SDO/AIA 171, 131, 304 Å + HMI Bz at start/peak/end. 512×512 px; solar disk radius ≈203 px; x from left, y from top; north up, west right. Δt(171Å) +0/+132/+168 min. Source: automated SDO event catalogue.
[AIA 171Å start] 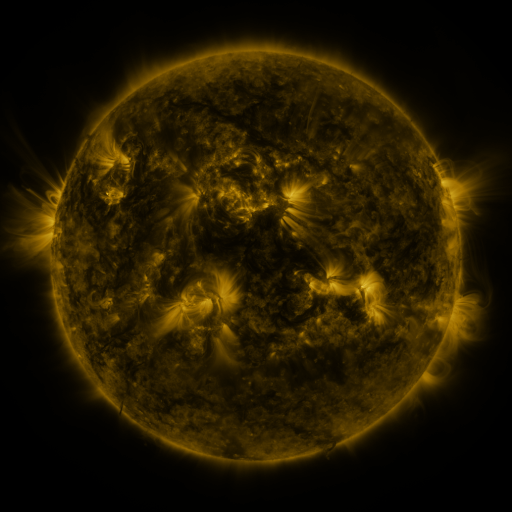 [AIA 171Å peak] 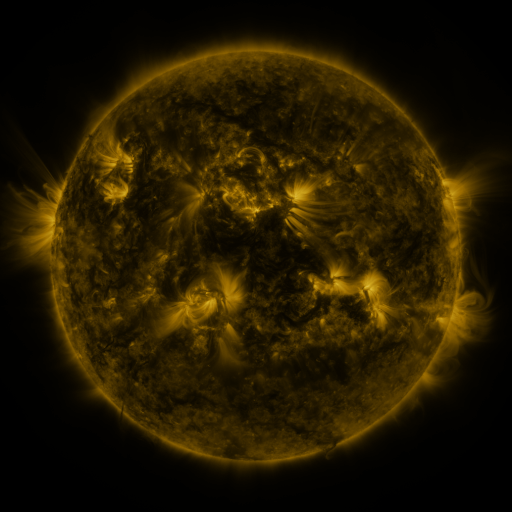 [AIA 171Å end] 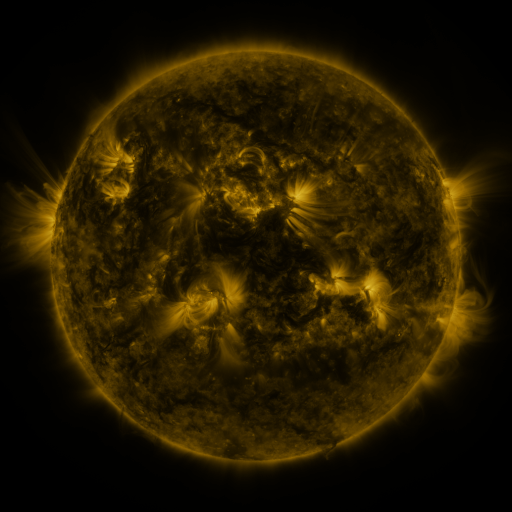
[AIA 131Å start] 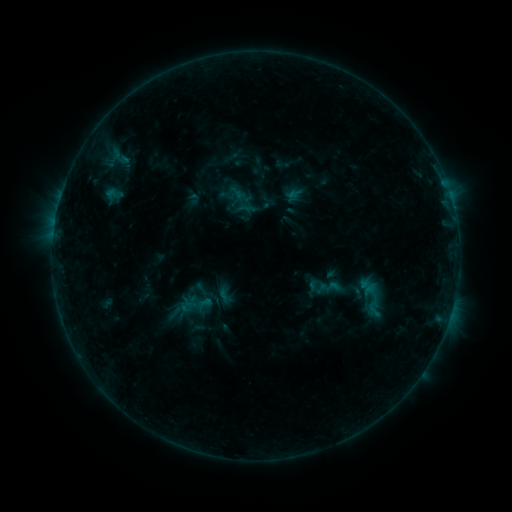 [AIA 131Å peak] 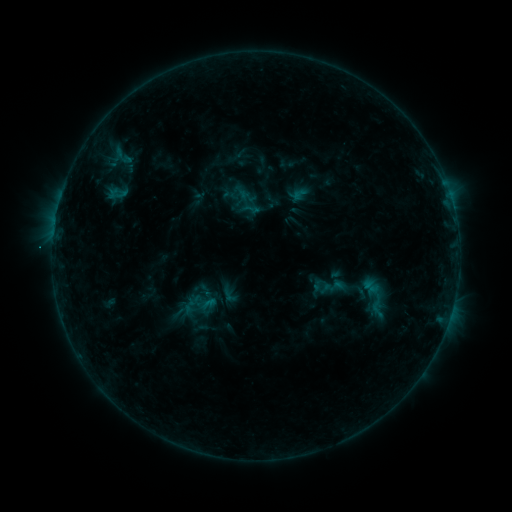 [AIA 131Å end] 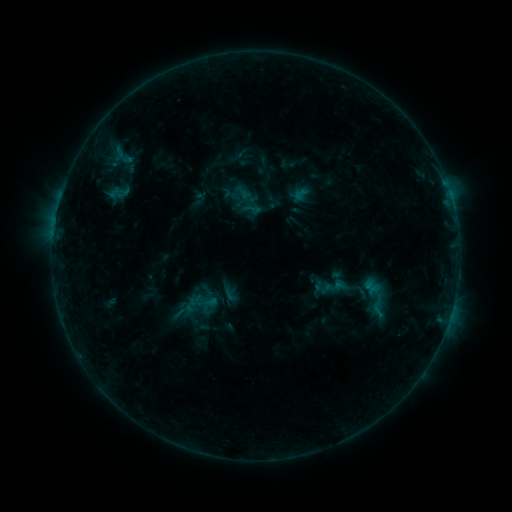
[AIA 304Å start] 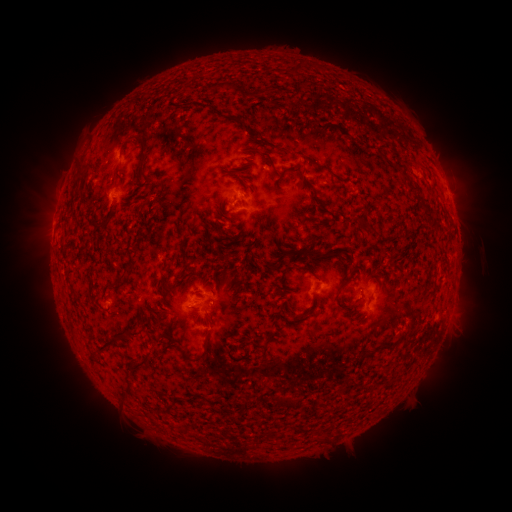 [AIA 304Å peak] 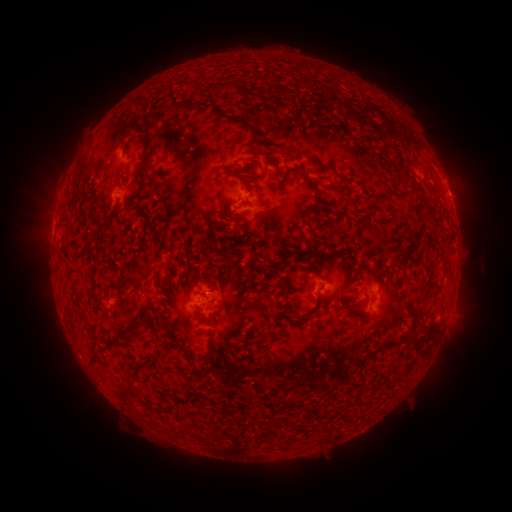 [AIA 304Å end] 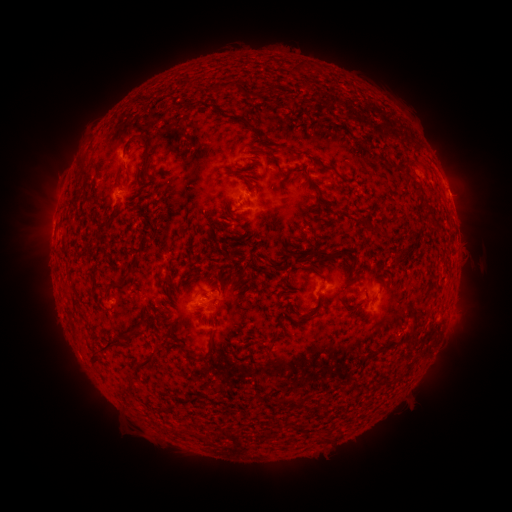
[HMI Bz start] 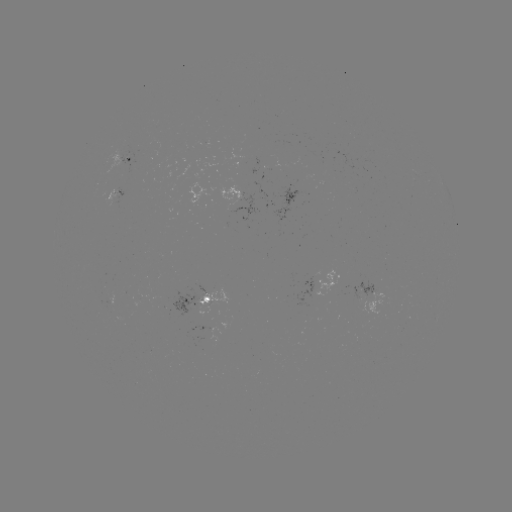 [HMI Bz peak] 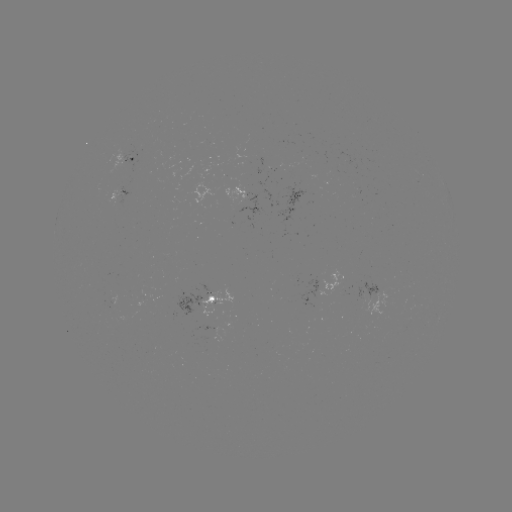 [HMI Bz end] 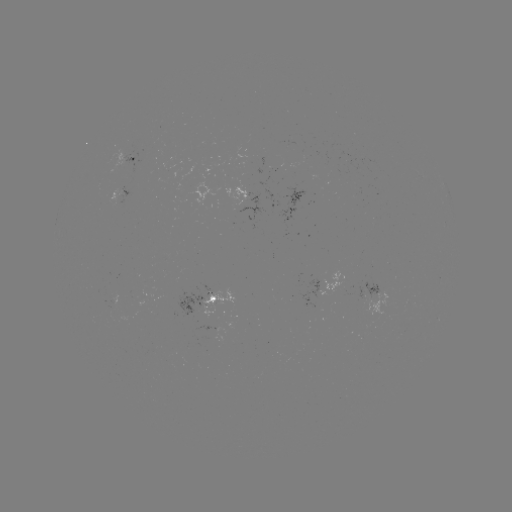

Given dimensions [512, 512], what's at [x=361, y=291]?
emerging-flux region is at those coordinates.